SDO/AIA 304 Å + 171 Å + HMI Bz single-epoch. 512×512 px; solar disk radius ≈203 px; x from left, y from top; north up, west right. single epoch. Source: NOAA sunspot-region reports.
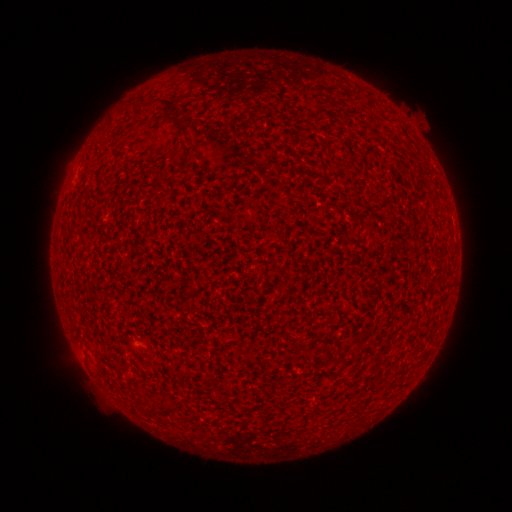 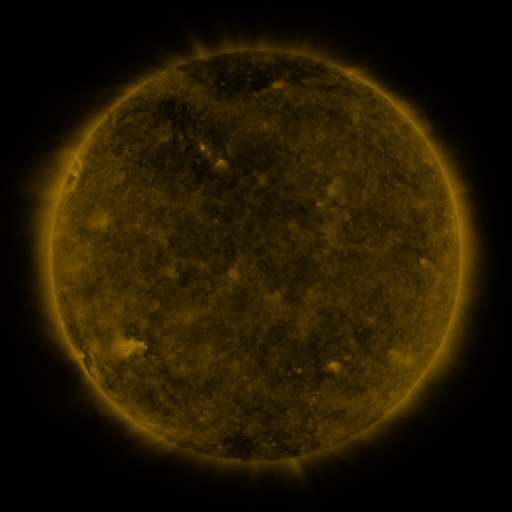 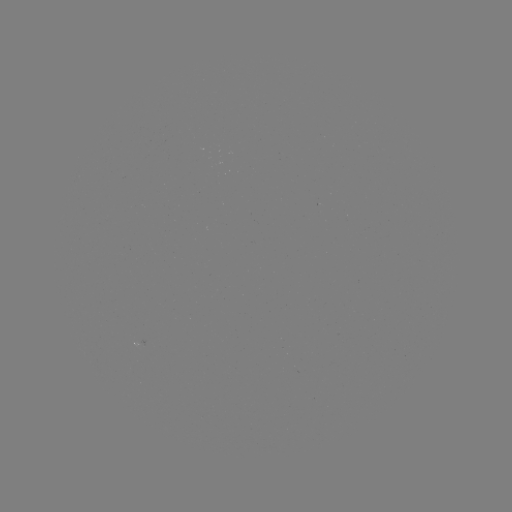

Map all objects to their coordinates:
(none)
